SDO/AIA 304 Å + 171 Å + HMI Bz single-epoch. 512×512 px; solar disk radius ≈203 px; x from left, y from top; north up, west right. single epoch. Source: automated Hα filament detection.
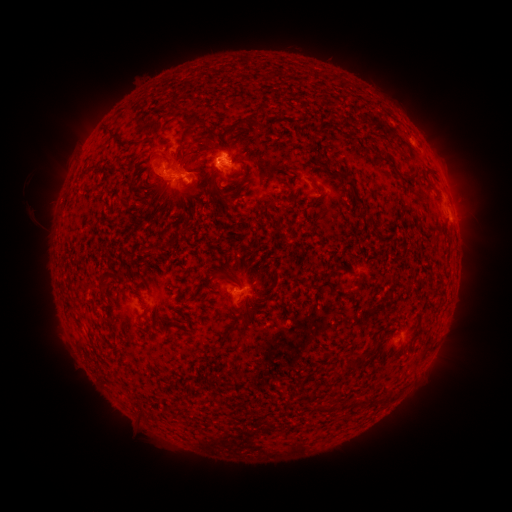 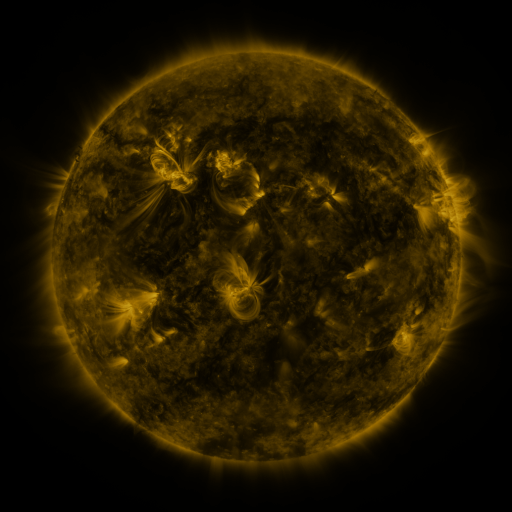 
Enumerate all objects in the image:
filament: [257, 106, 268, 125]
filament: [234, 118, 247, 128]
filament: [172, 171, 183, 182]
filament: [181, 179, 193, 191]
filament: [311, 180, 320, 190]
filament: [345, 180, 365, 206]
filament: [352, 286, 360, 295]
